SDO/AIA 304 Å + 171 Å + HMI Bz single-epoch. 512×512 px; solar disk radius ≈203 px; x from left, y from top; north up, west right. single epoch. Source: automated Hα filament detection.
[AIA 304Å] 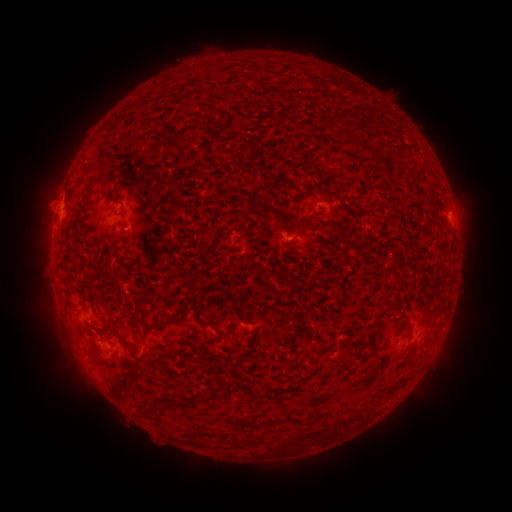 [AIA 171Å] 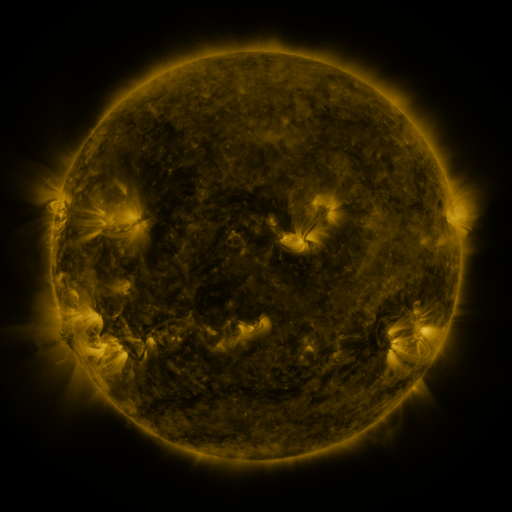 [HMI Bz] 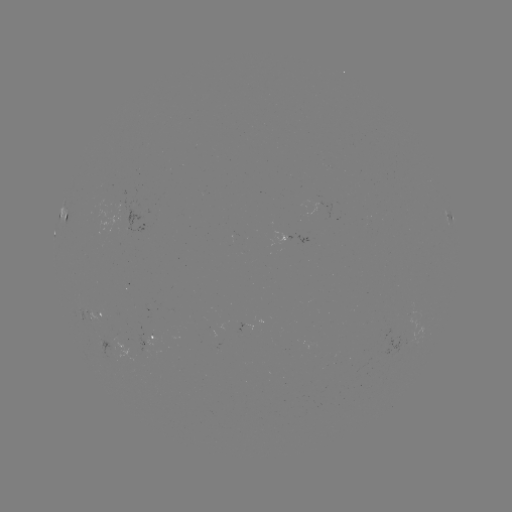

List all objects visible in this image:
filament: (189, 142)
filament: (261, 208)
filament: (108, 307)
filament: (398, 309)
filament: (160, 324)
filament: (121, 337)
filament: (335, 362)
filament: (317, 369)
filament: (214, 389)
filament: (202, 399)
filament: (174, 403)
